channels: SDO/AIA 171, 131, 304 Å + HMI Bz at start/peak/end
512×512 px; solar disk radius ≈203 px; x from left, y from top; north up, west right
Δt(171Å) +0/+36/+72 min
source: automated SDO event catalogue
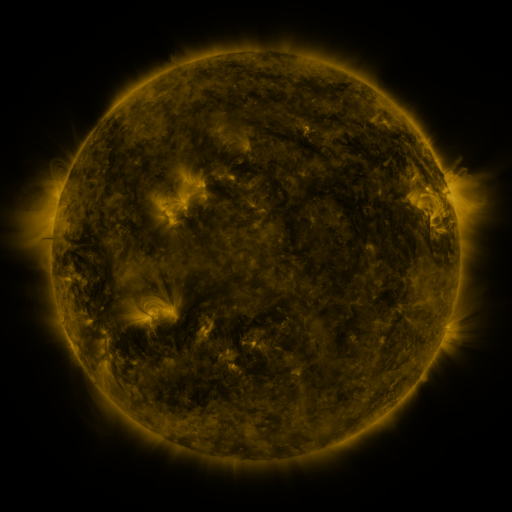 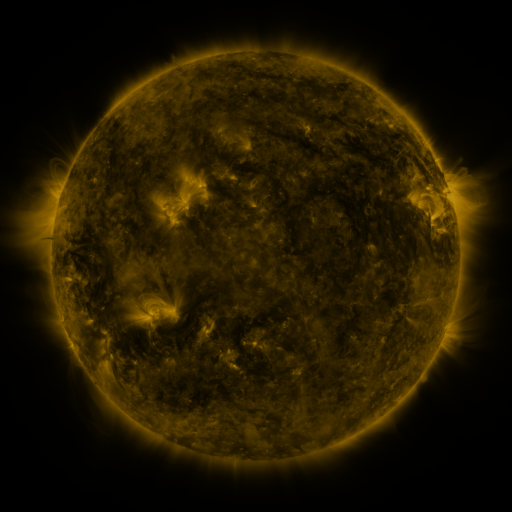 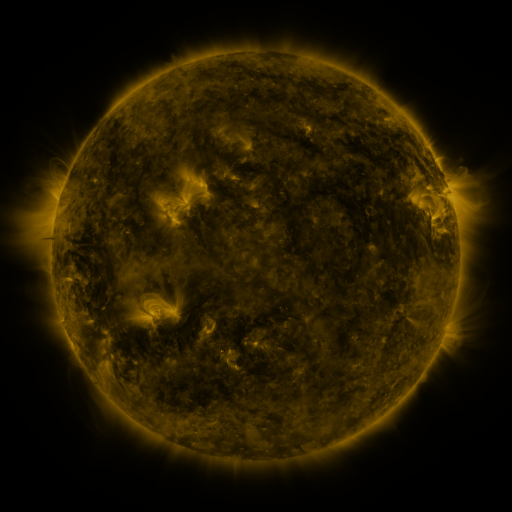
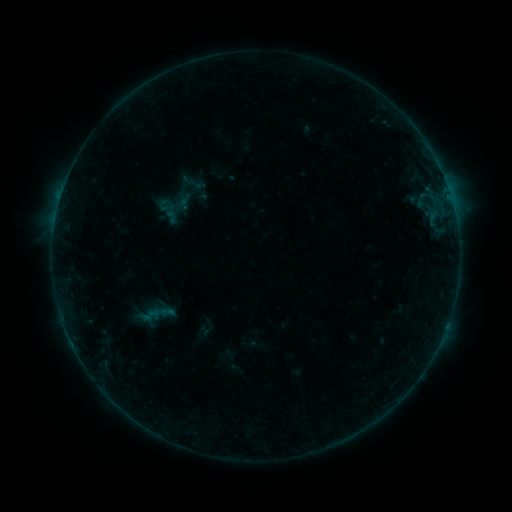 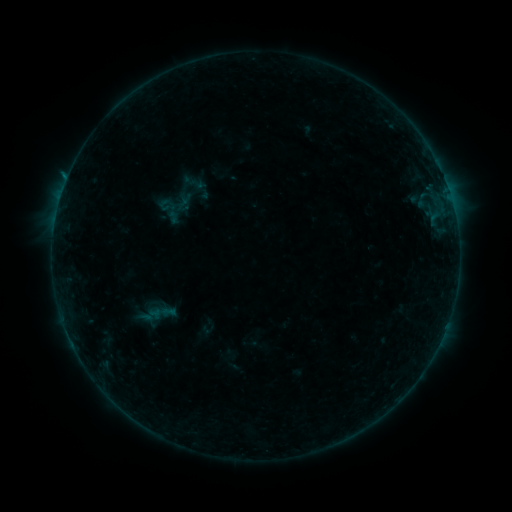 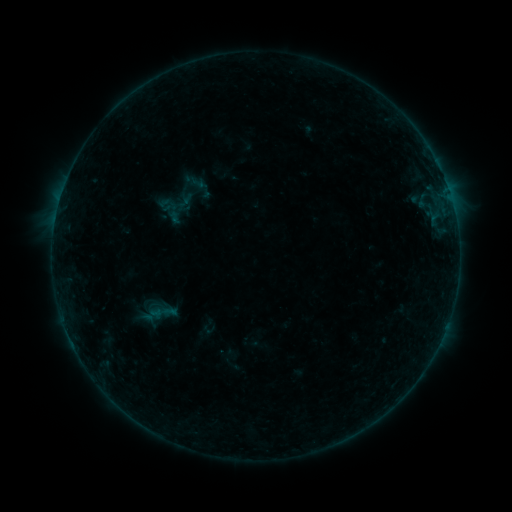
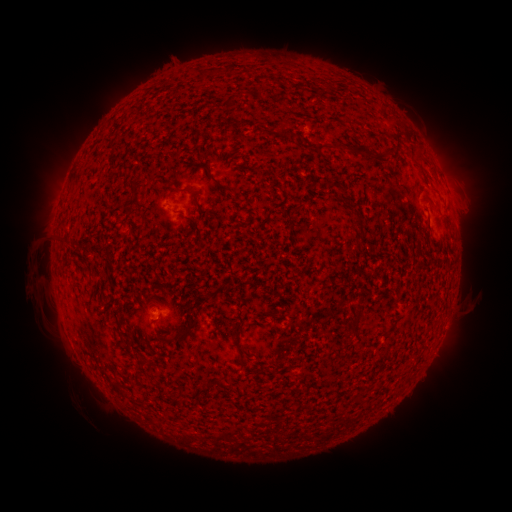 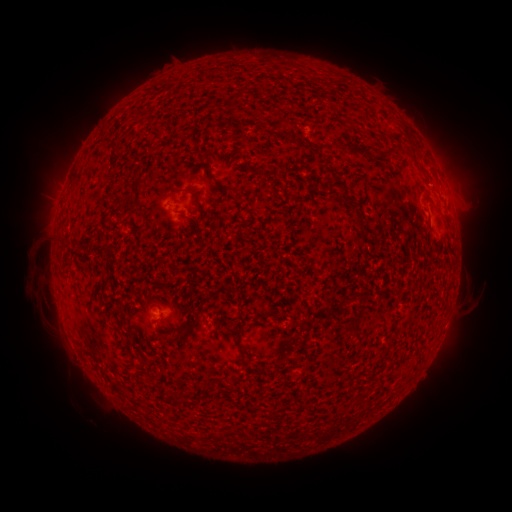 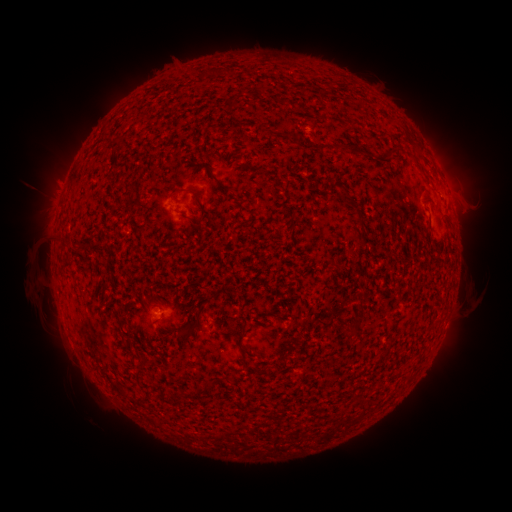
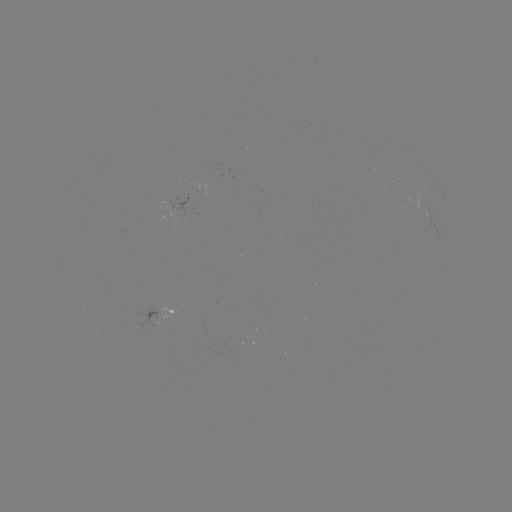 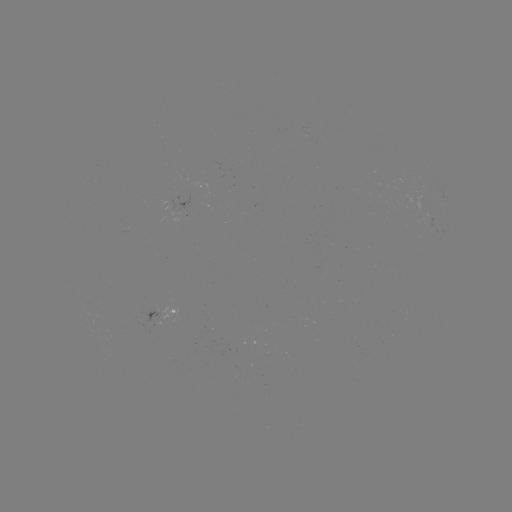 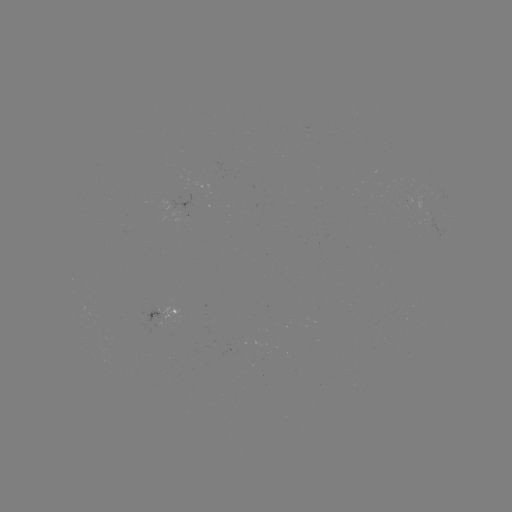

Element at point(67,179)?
B2.4 flare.